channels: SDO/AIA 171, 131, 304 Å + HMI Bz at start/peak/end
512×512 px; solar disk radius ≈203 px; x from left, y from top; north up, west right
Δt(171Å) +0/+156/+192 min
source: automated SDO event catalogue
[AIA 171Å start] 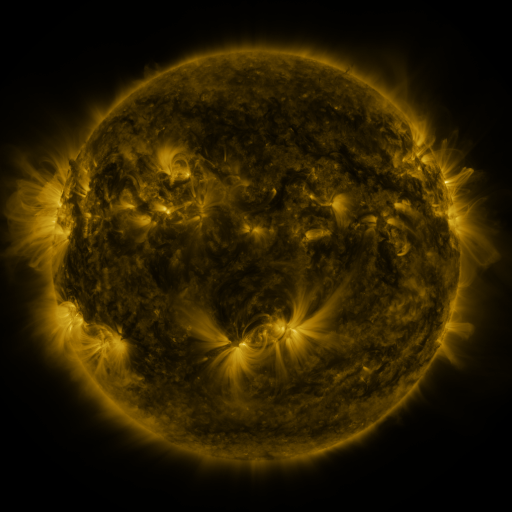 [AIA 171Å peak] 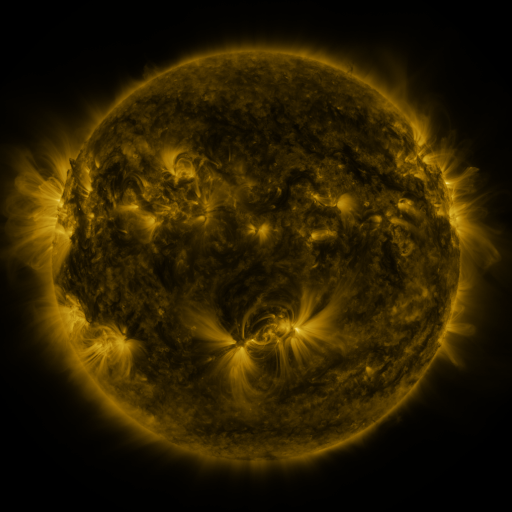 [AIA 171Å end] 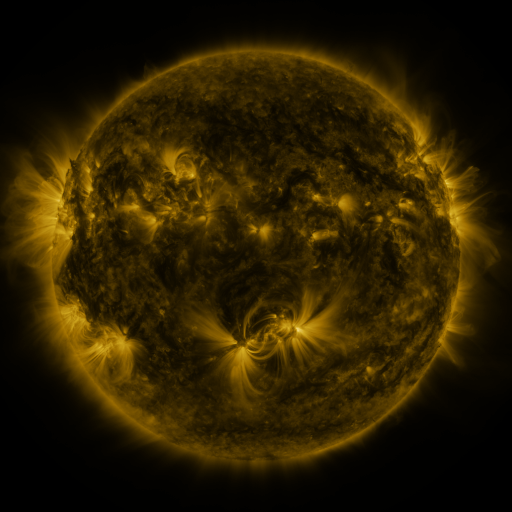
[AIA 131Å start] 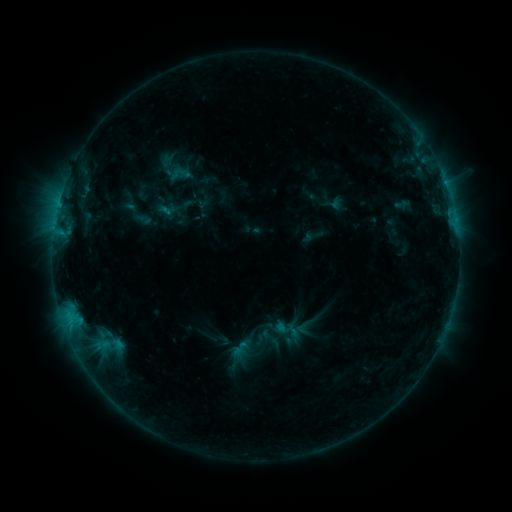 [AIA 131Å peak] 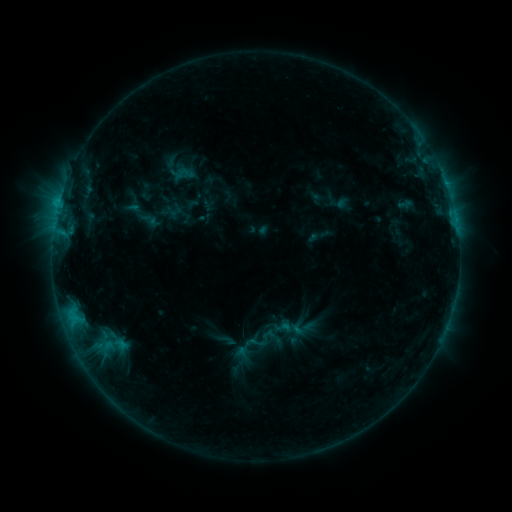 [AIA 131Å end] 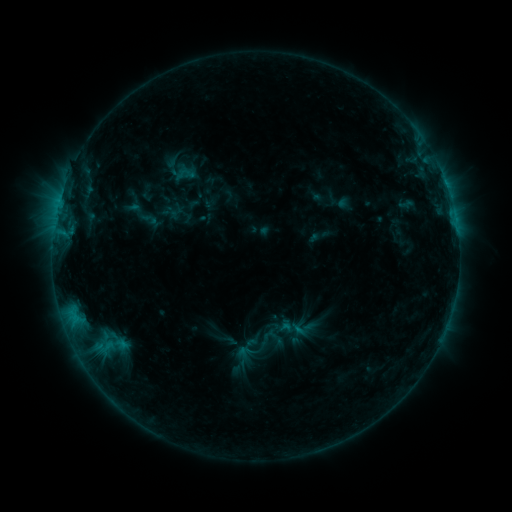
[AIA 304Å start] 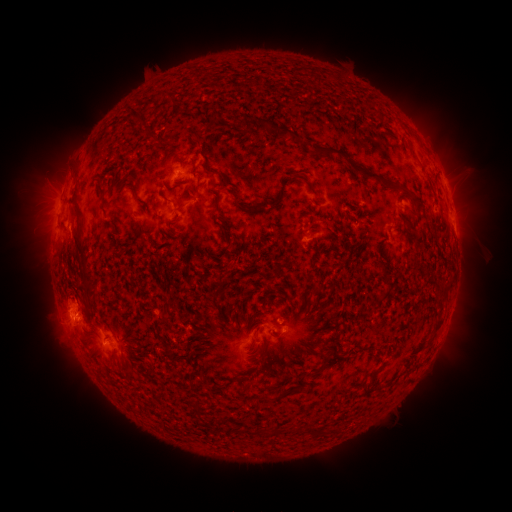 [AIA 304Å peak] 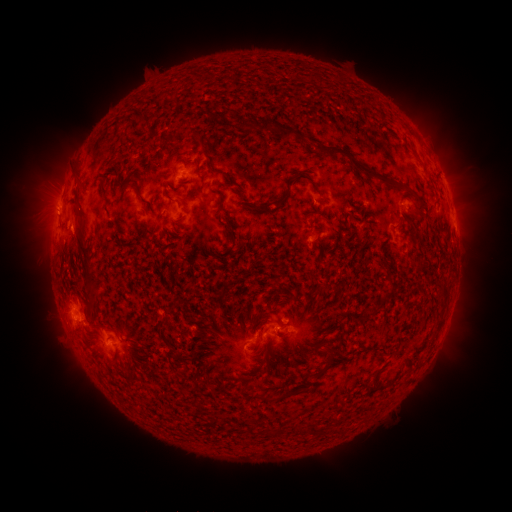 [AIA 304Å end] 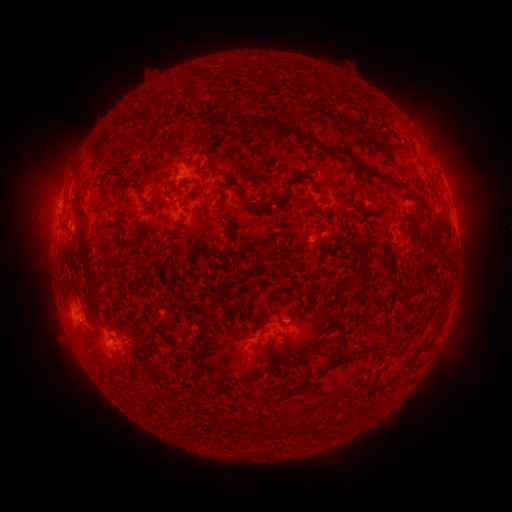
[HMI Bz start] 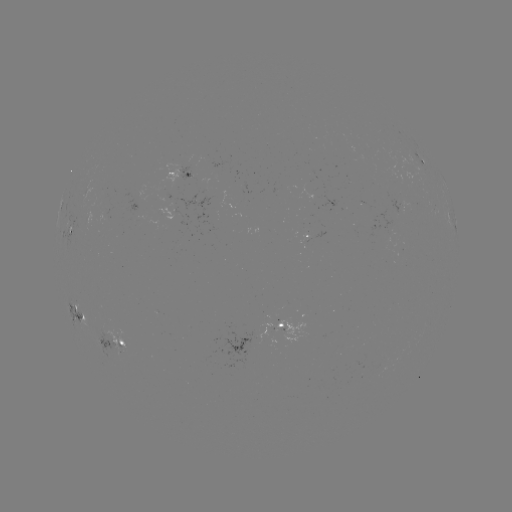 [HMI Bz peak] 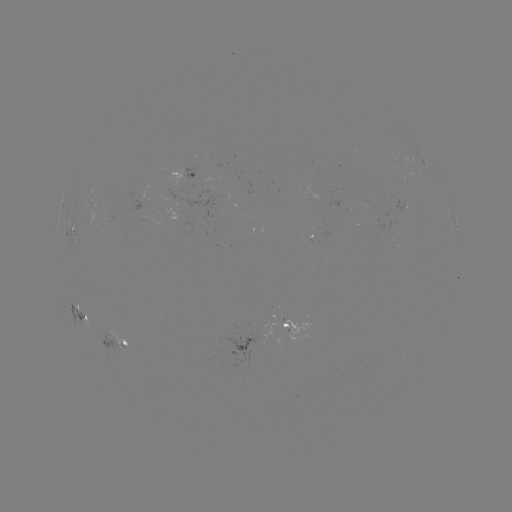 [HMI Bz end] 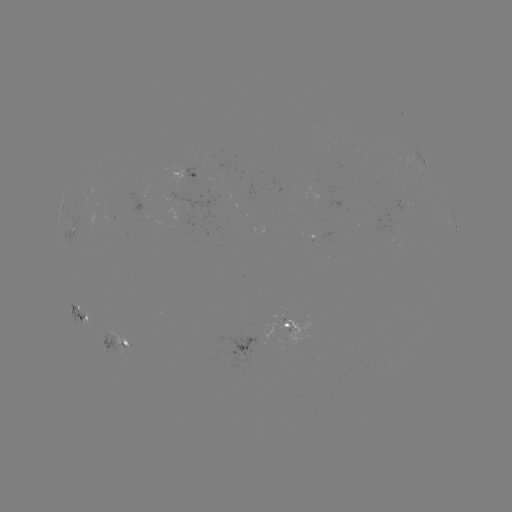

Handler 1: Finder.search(emerging-flux region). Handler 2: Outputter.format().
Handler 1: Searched emerging-flux region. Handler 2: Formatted (399, 204).